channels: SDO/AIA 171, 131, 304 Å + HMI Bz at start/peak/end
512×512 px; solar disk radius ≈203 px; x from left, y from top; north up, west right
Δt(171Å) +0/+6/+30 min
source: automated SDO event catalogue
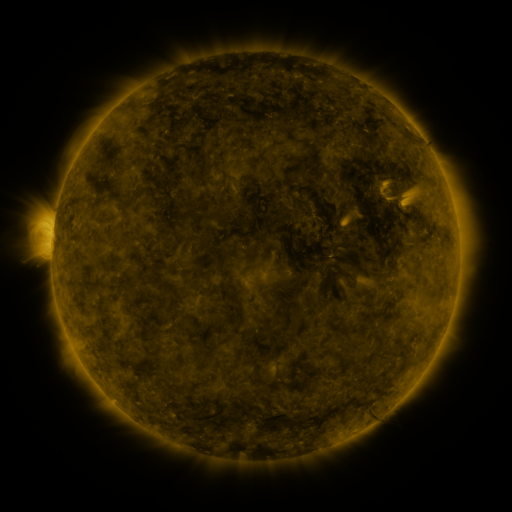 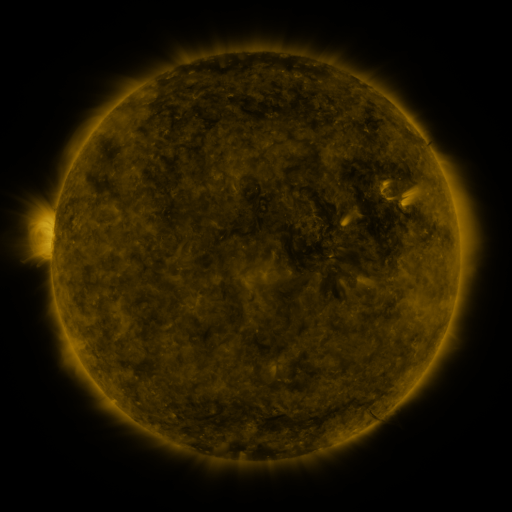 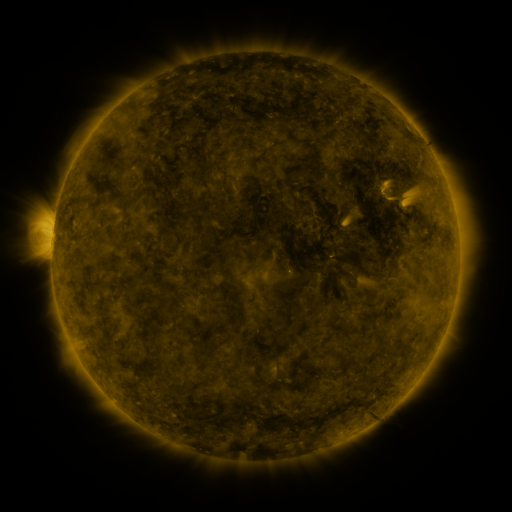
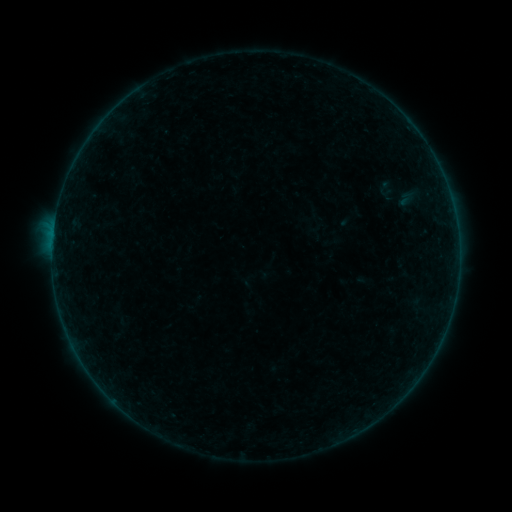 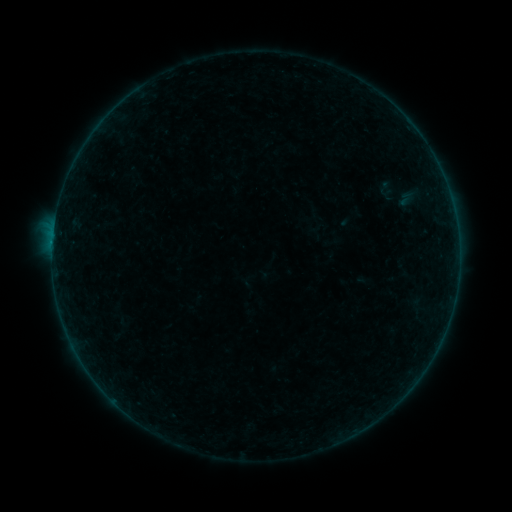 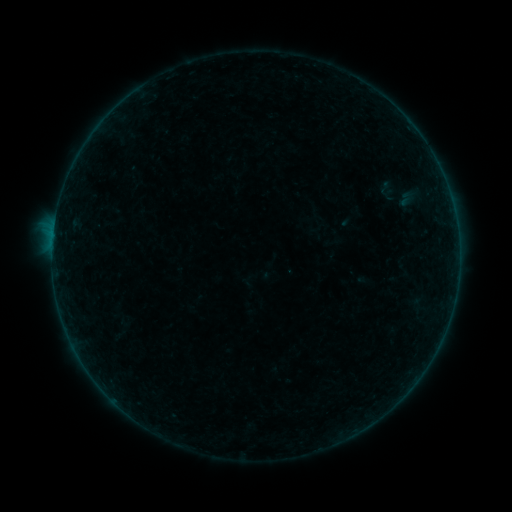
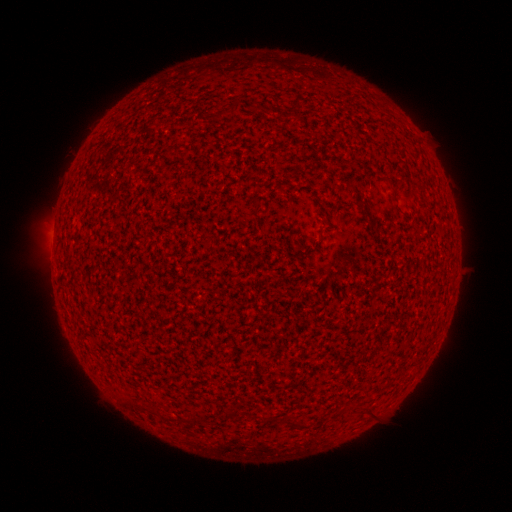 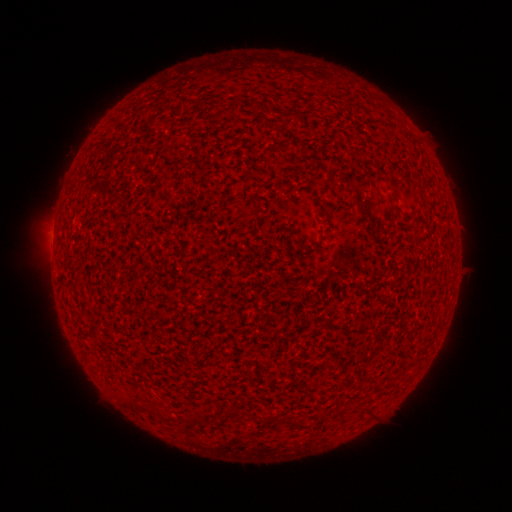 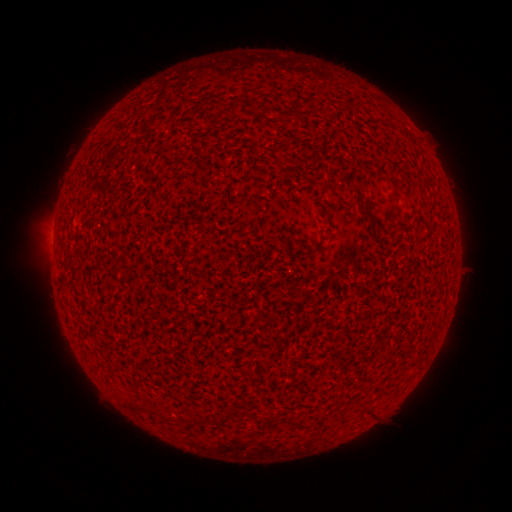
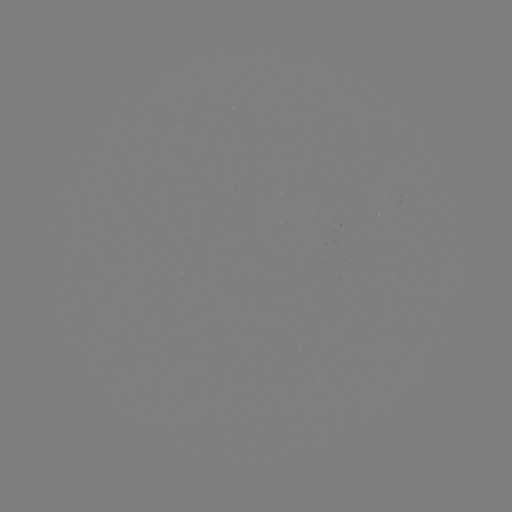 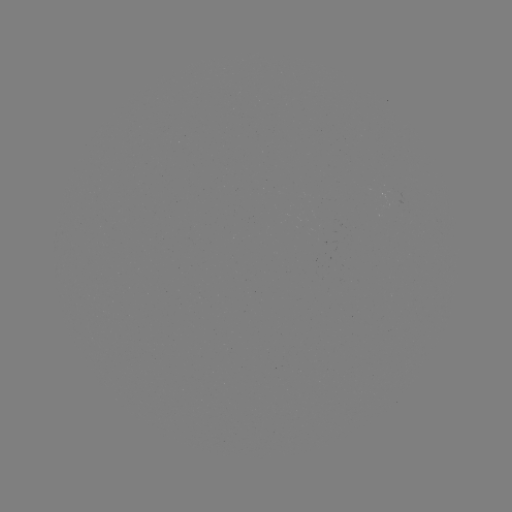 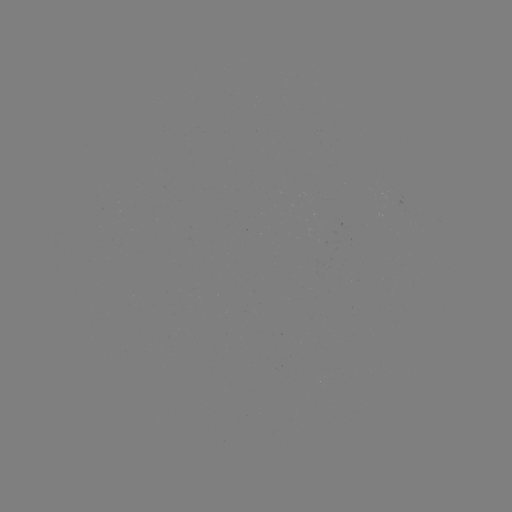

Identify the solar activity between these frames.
A6.7 flare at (53, 245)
